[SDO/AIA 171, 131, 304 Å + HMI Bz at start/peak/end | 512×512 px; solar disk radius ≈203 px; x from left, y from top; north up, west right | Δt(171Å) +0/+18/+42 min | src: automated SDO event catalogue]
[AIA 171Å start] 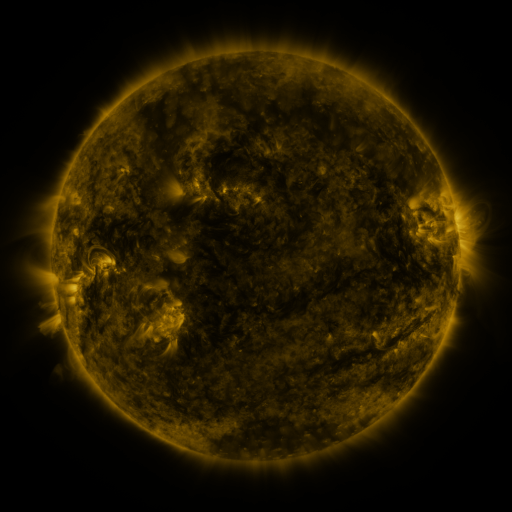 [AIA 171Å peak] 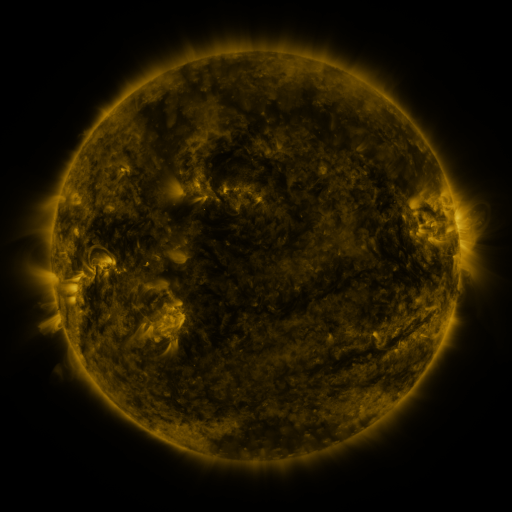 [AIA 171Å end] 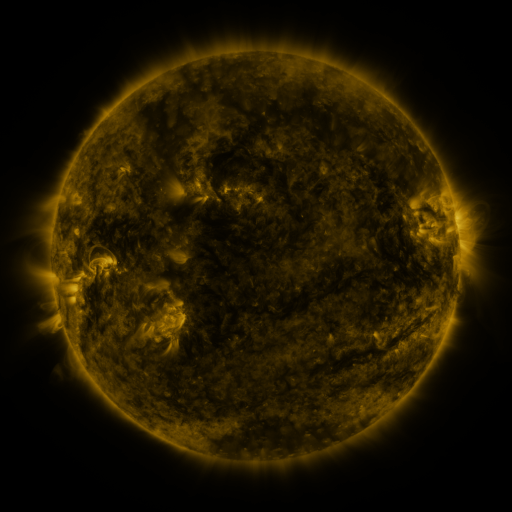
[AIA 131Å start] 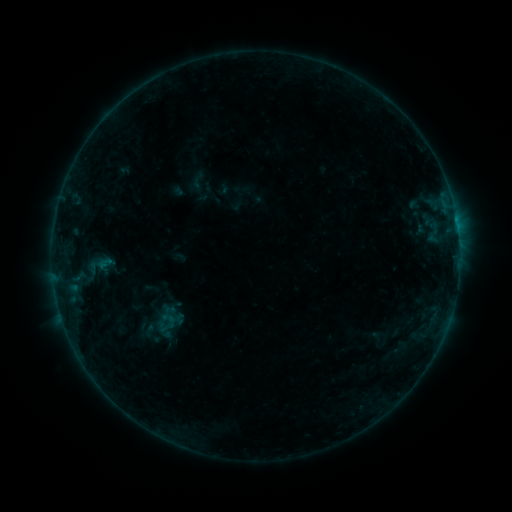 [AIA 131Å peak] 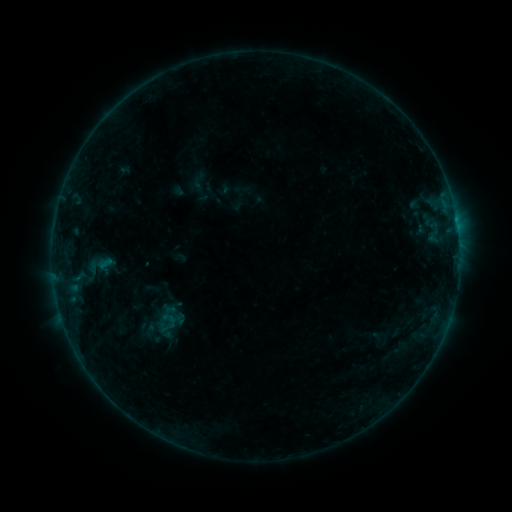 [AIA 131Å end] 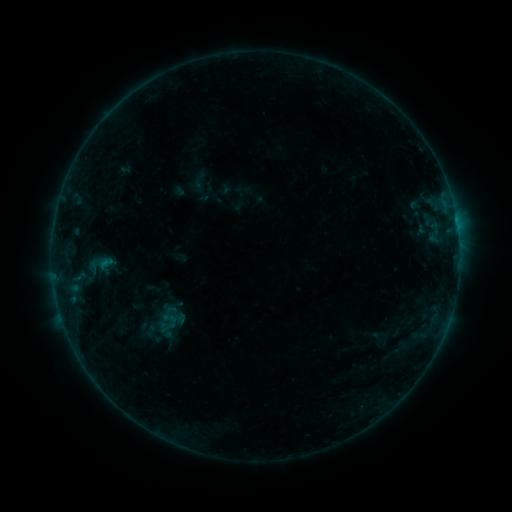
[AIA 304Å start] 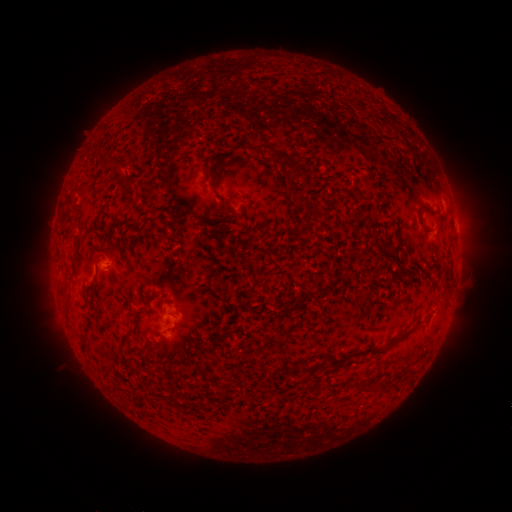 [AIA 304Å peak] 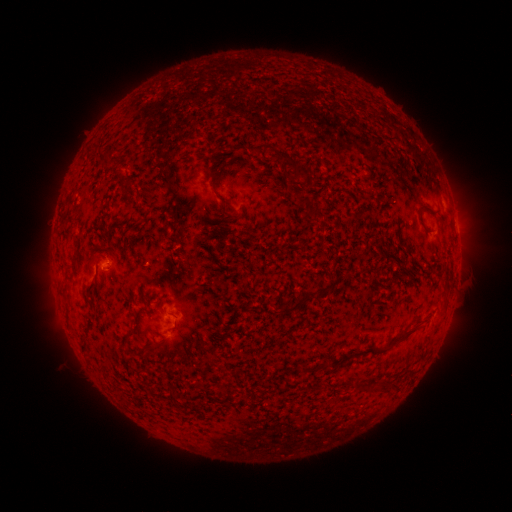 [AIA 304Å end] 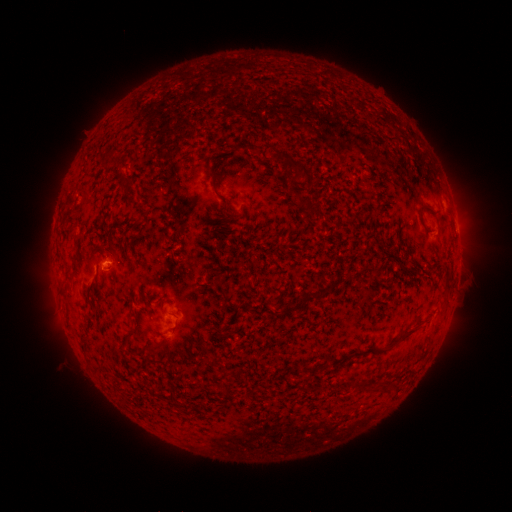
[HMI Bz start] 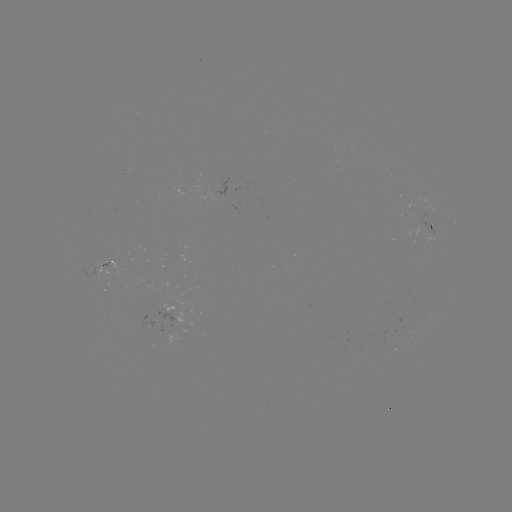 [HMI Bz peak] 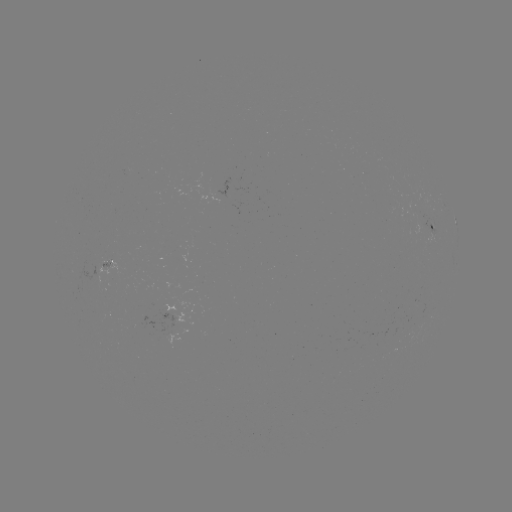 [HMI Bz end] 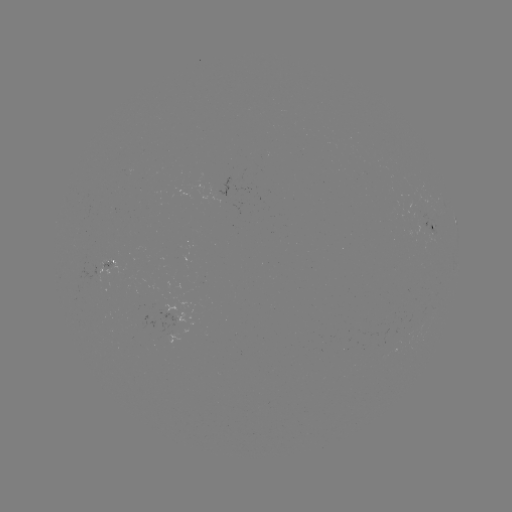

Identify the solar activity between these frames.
no classed flare was catalogued and no EUV brightening was flagged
